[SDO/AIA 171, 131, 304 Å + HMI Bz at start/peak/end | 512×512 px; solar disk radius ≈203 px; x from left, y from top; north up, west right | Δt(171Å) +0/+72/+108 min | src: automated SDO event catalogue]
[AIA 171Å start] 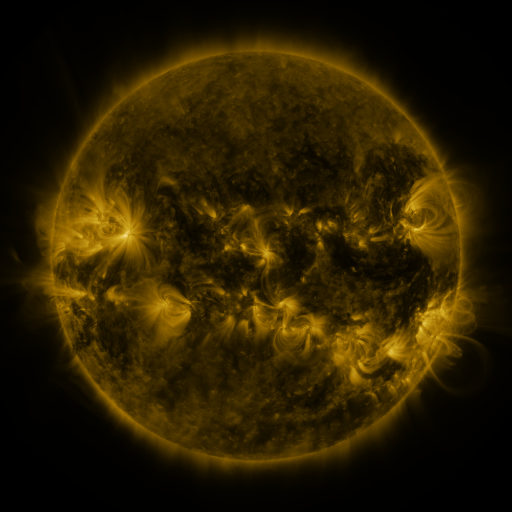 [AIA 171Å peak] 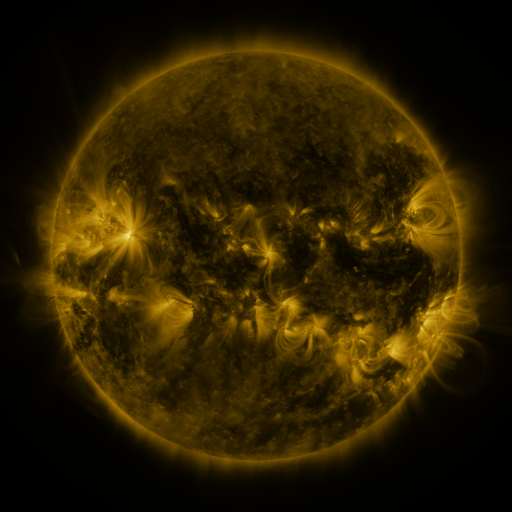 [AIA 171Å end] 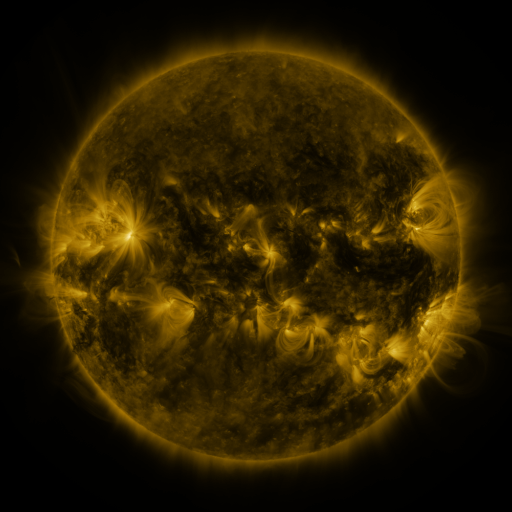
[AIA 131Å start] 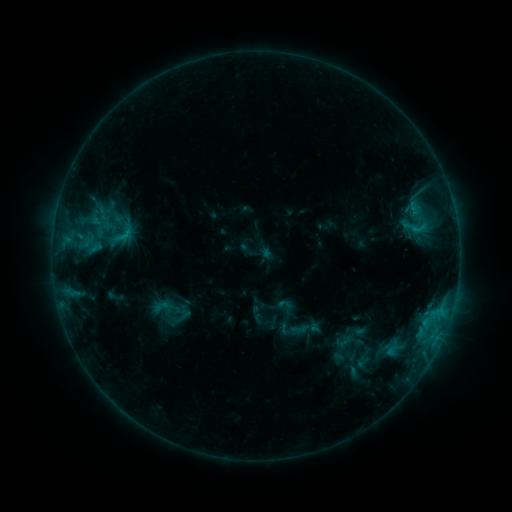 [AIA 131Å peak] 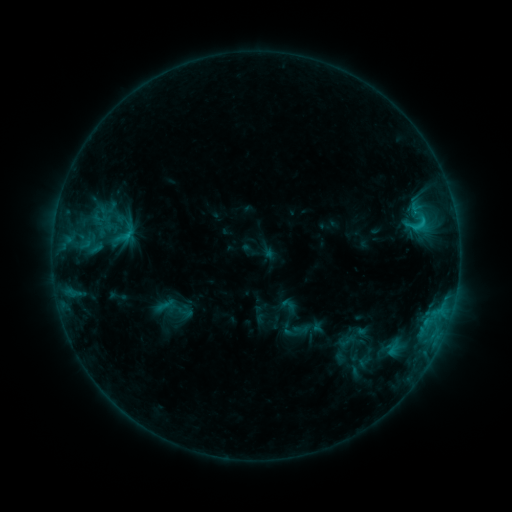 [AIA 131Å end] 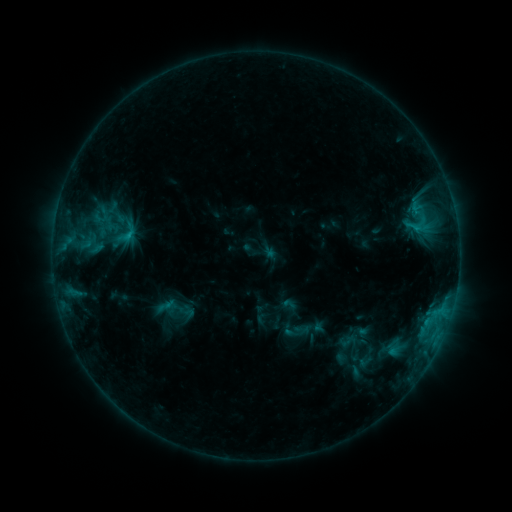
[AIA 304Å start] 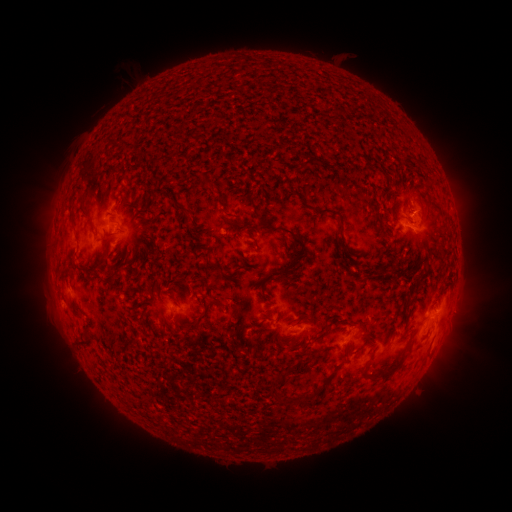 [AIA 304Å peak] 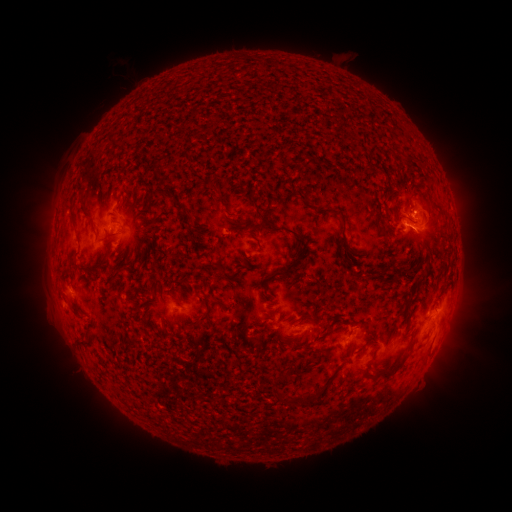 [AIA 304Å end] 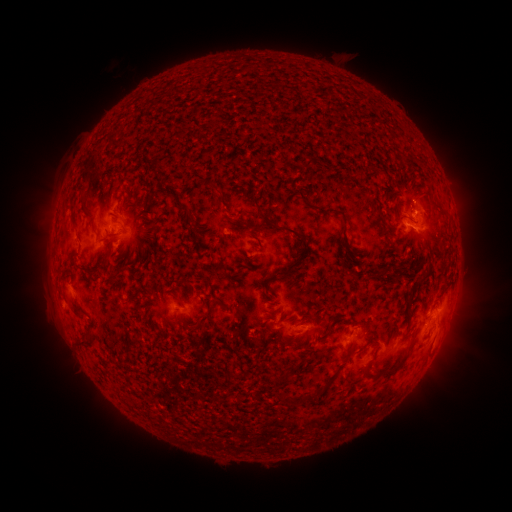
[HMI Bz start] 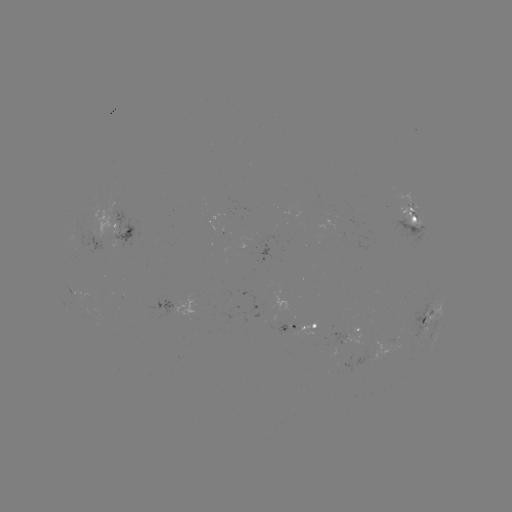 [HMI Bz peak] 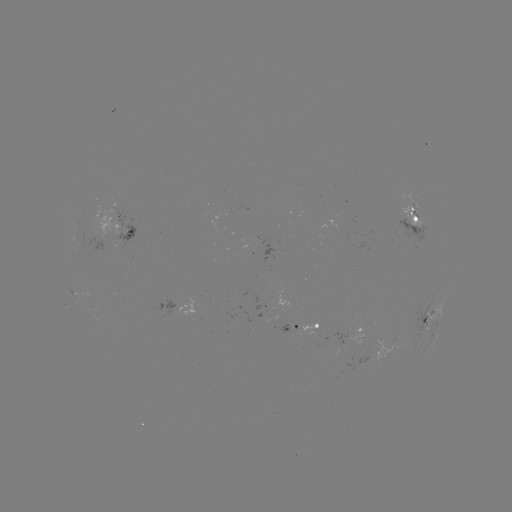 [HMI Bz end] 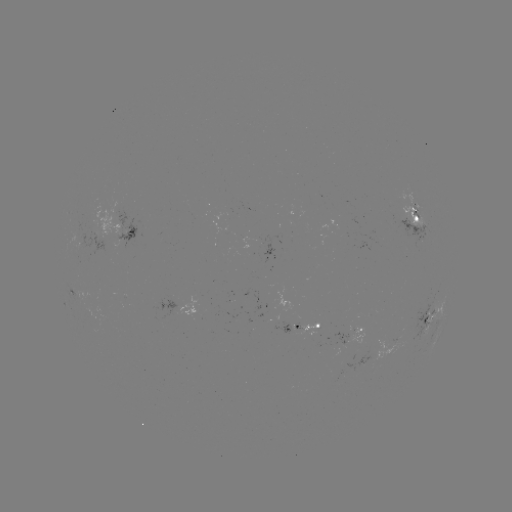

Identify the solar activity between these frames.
emerging-flux region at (344, 340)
